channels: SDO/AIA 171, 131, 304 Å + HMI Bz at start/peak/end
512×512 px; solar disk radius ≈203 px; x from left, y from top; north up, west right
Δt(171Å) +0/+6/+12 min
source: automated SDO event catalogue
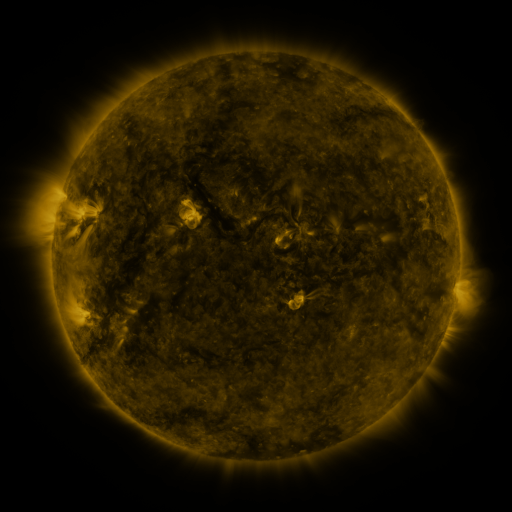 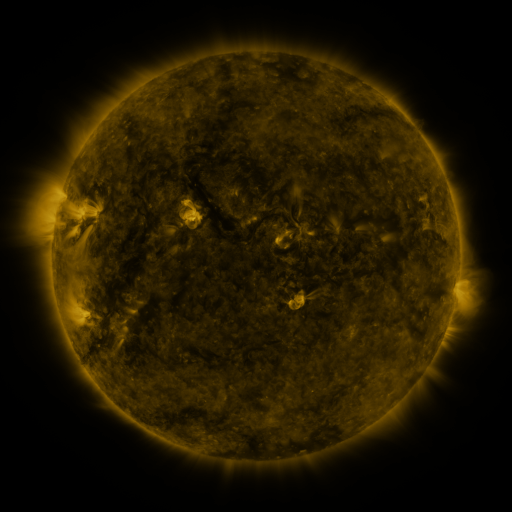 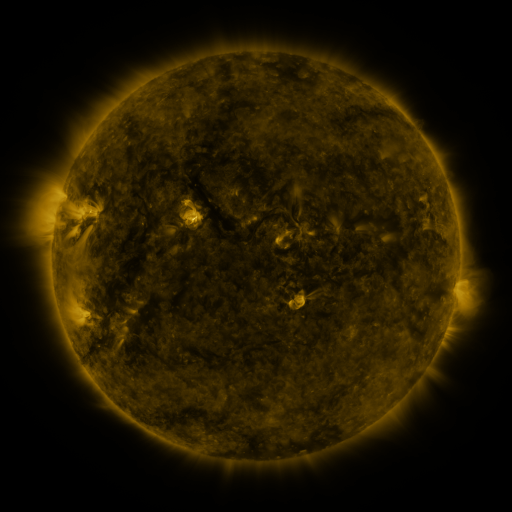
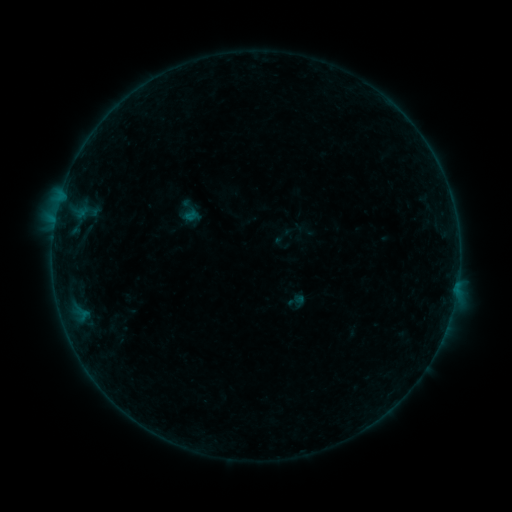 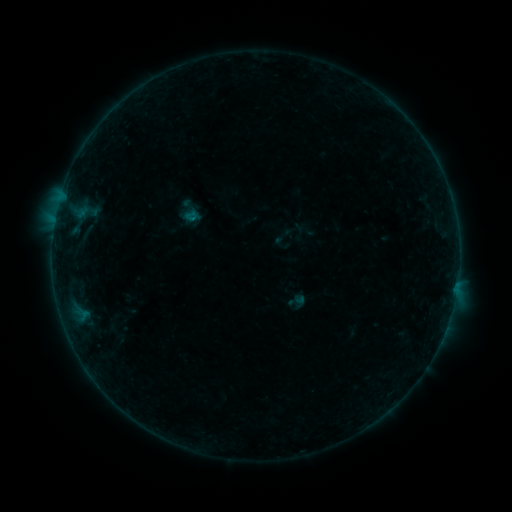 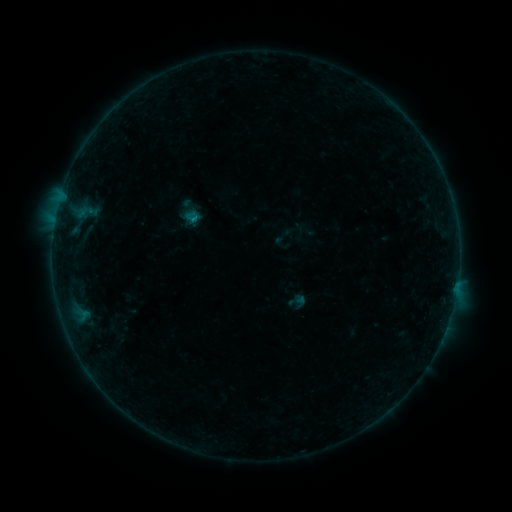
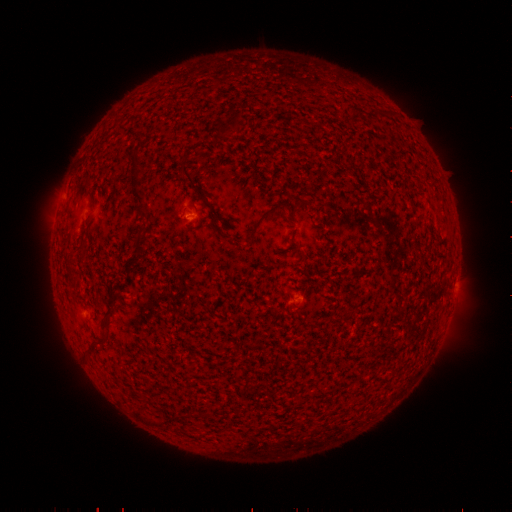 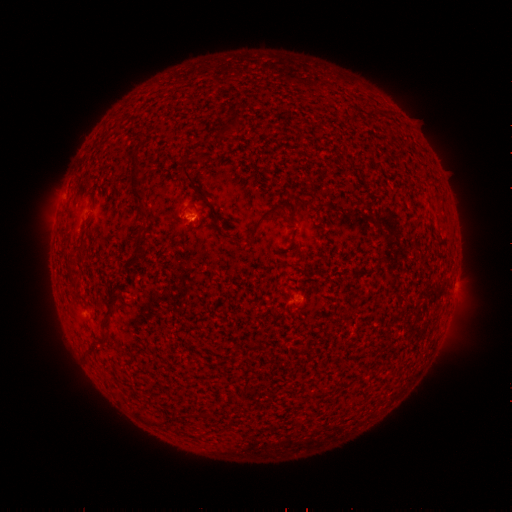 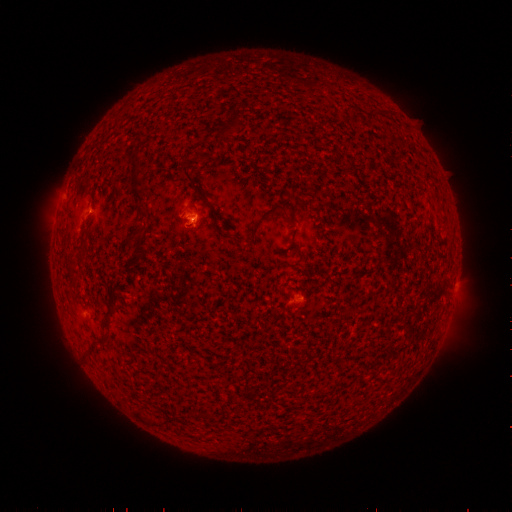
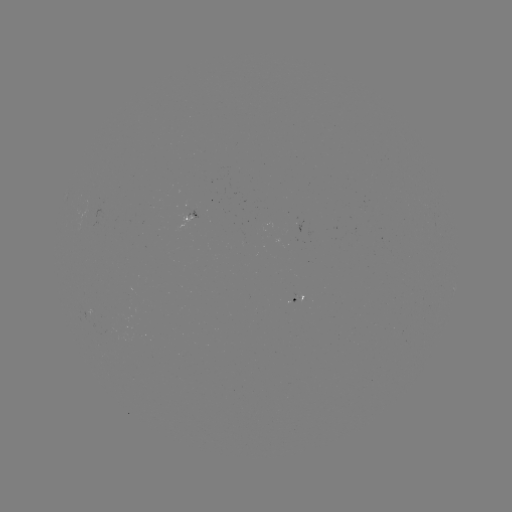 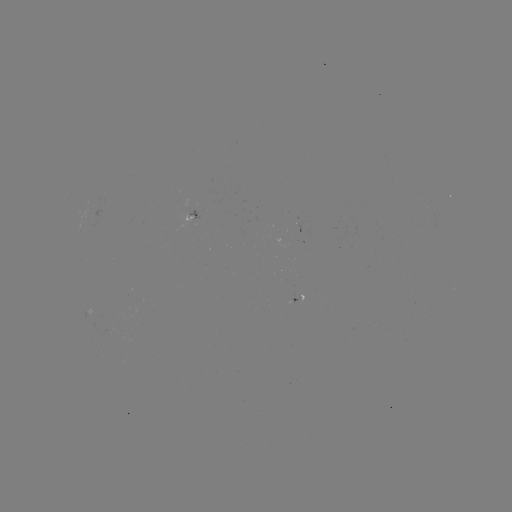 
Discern B1.5 flare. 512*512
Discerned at [194, 219].